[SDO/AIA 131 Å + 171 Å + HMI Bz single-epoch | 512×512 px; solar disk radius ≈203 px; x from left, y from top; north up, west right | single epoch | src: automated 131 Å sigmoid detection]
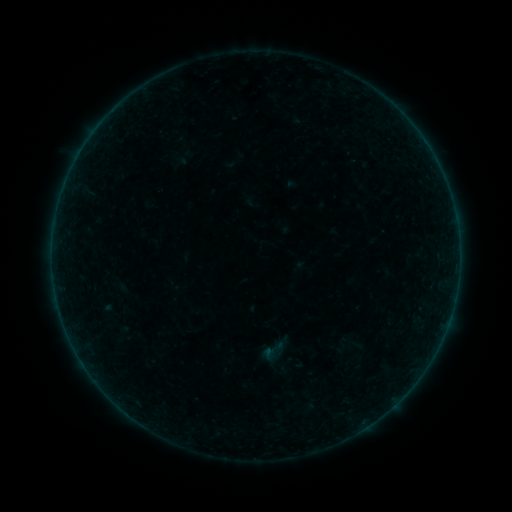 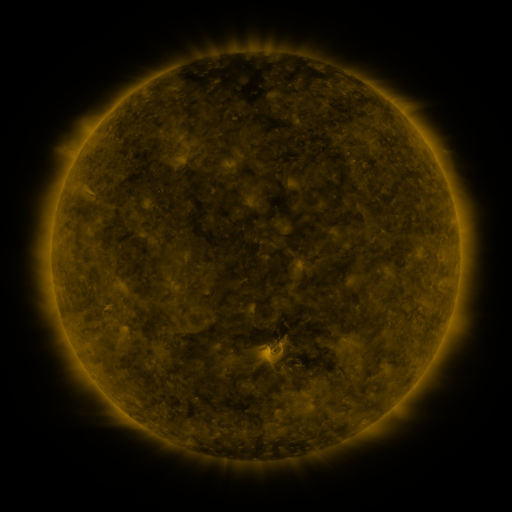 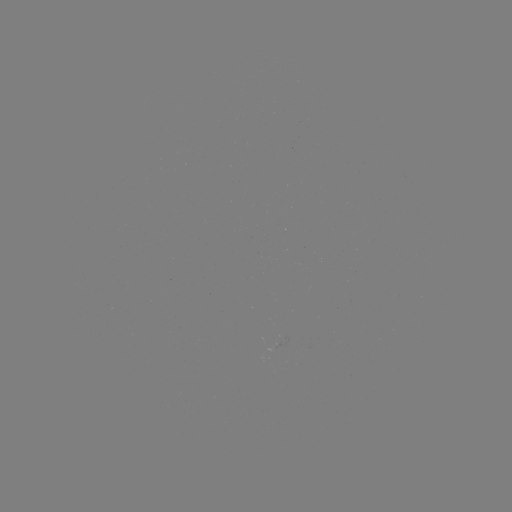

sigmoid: (259, 337, 286, 364)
